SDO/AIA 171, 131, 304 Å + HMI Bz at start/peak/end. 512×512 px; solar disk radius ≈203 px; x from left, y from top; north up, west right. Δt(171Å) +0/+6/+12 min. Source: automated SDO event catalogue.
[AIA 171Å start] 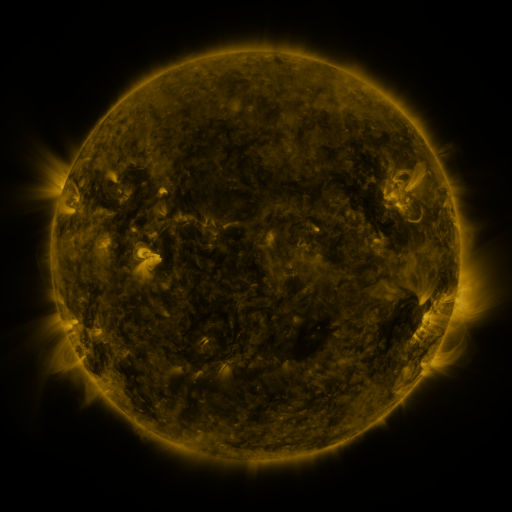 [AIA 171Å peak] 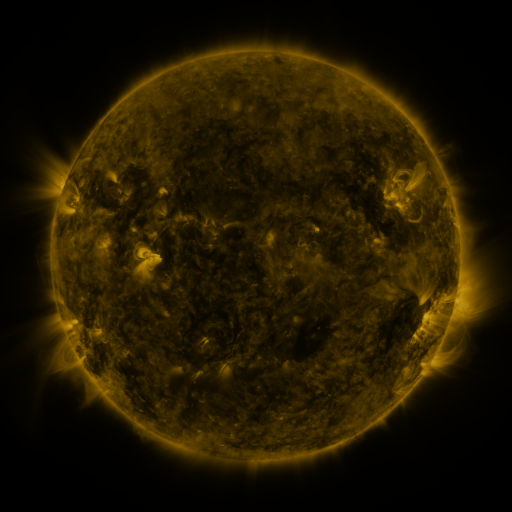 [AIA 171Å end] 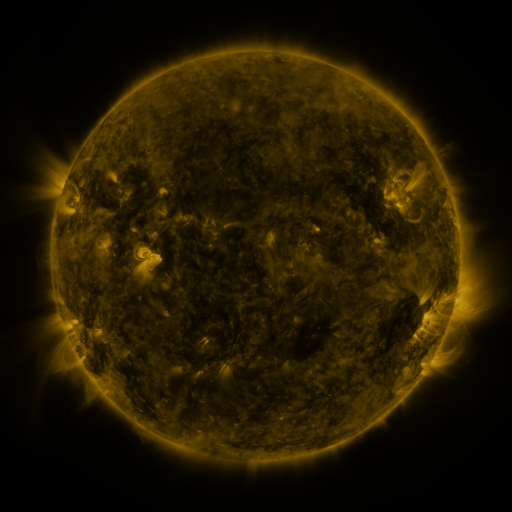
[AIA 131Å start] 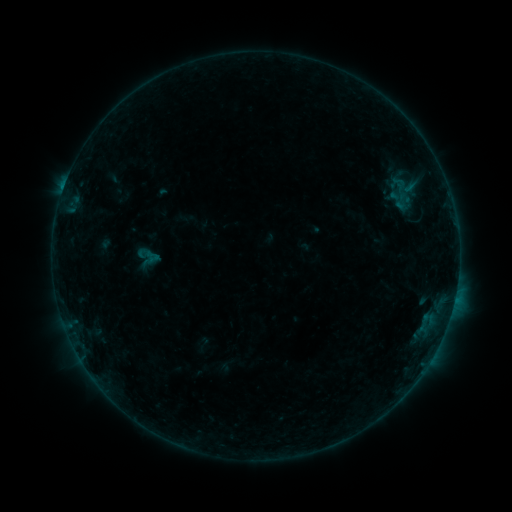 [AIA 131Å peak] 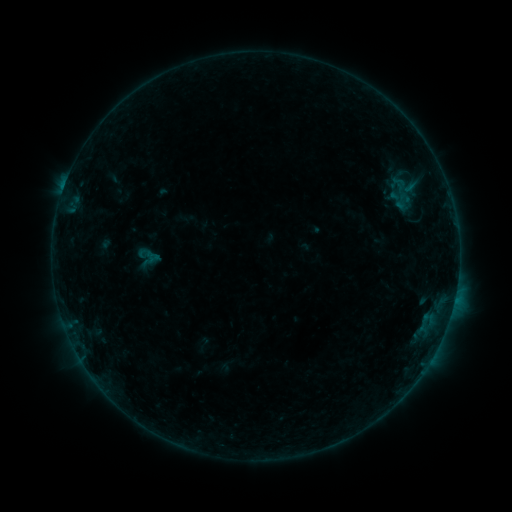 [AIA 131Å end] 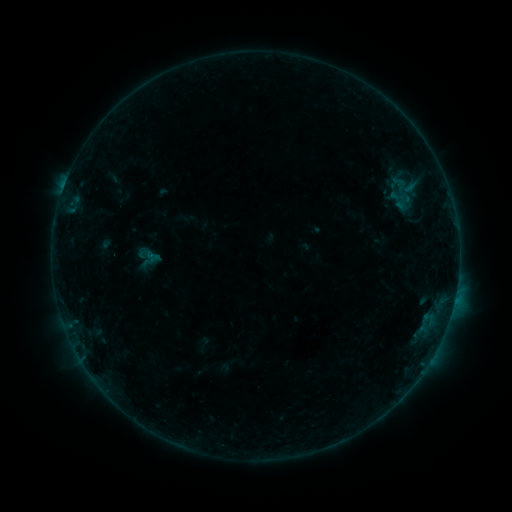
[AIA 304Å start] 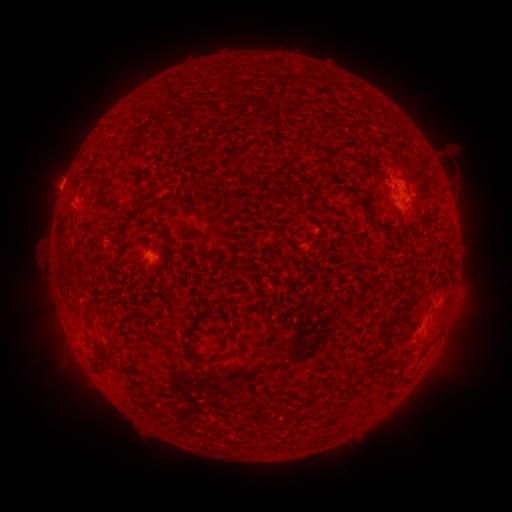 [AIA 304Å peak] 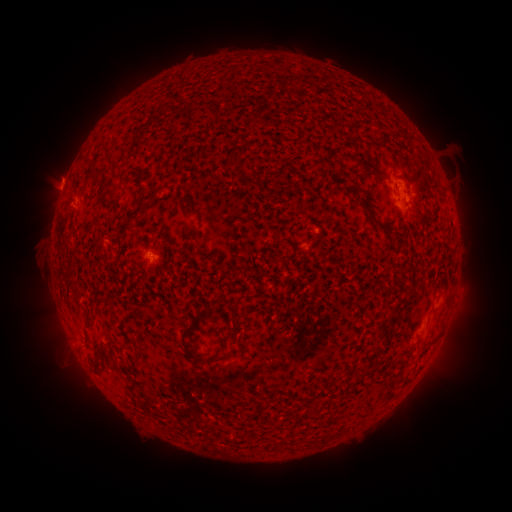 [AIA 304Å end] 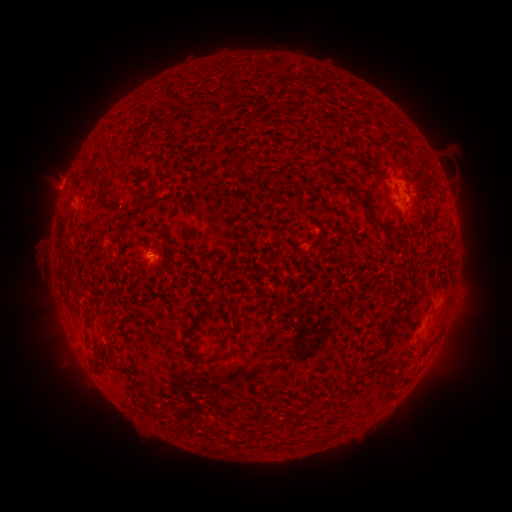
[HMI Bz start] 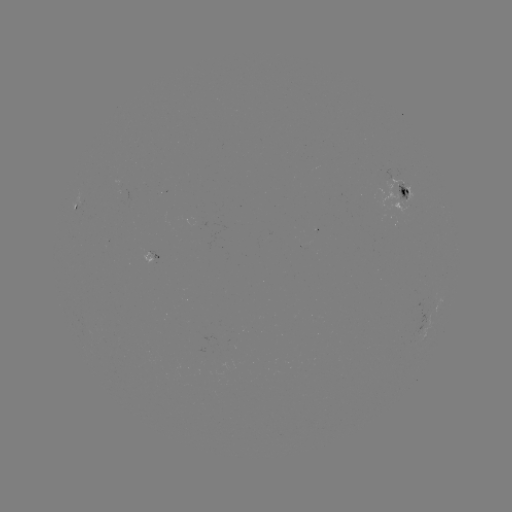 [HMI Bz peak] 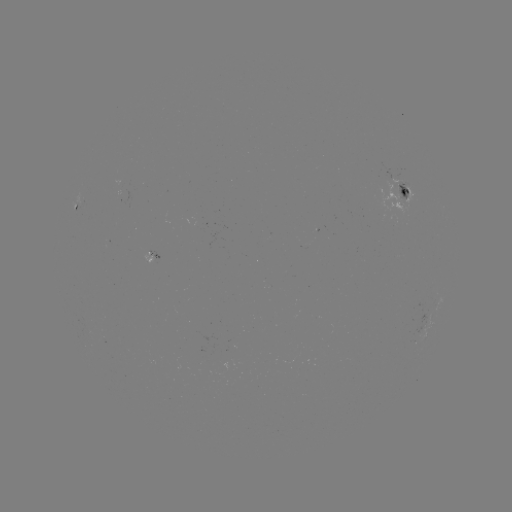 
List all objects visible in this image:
eruption: (62, 175)
